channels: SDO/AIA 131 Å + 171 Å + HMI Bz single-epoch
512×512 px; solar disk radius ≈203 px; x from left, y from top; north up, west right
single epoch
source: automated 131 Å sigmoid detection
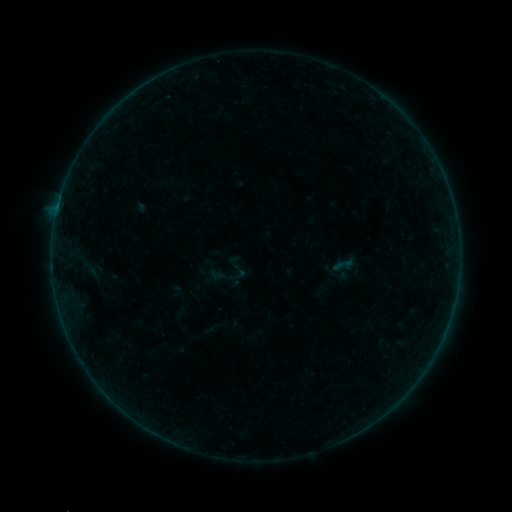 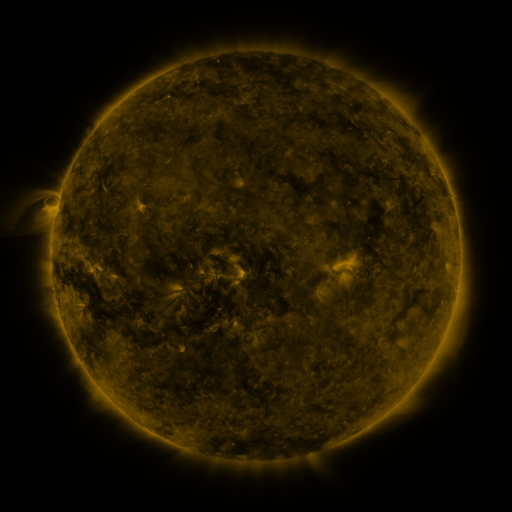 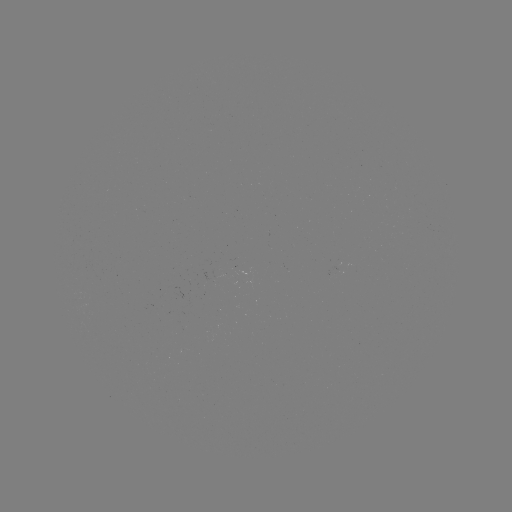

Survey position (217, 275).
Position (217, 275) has sigmoid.